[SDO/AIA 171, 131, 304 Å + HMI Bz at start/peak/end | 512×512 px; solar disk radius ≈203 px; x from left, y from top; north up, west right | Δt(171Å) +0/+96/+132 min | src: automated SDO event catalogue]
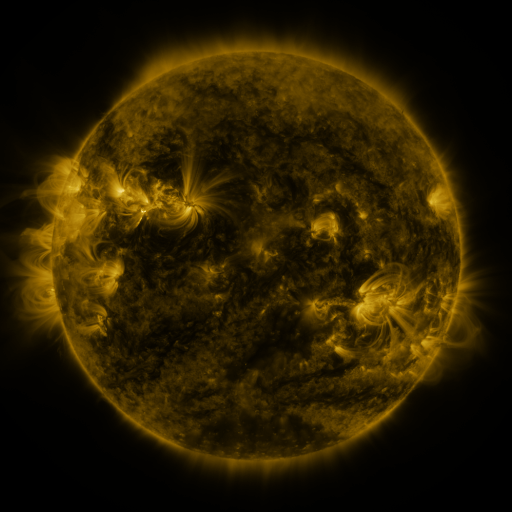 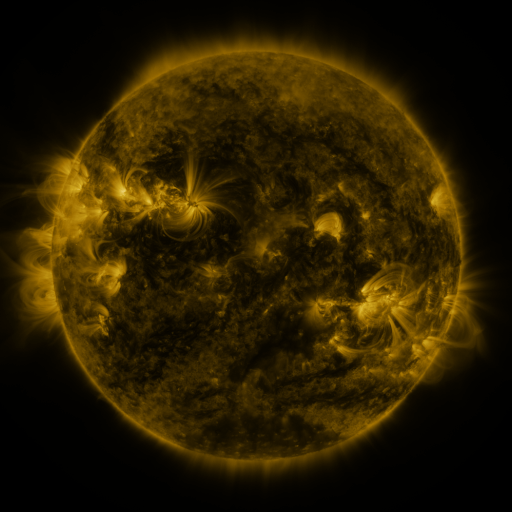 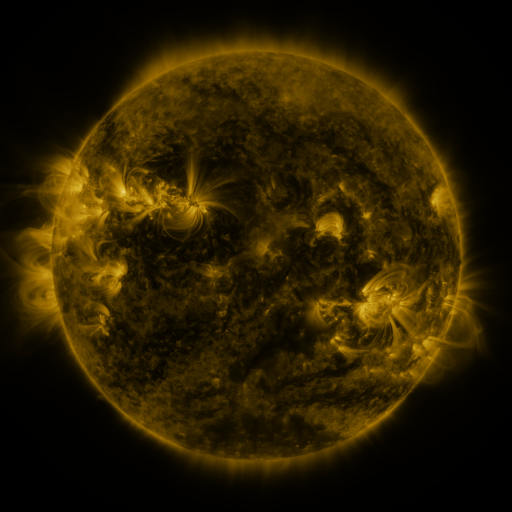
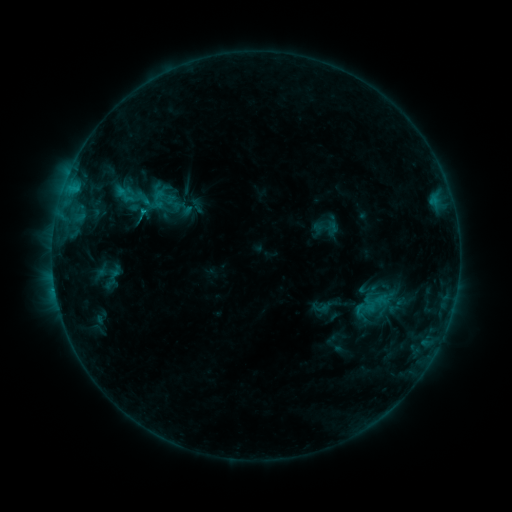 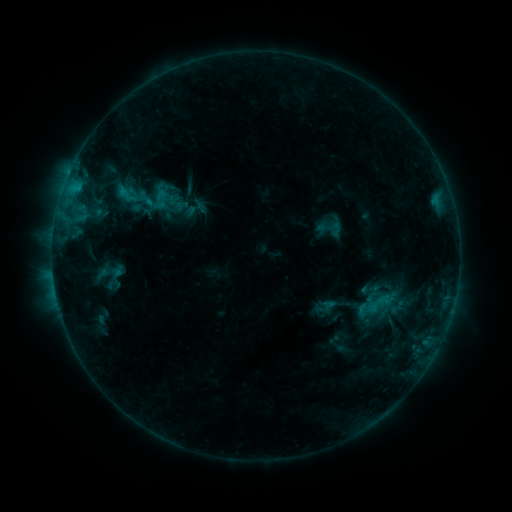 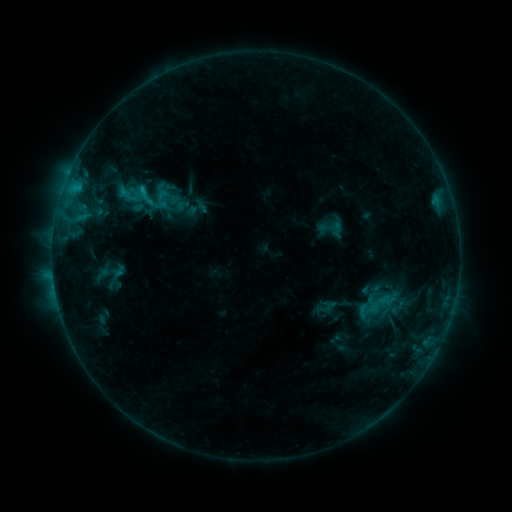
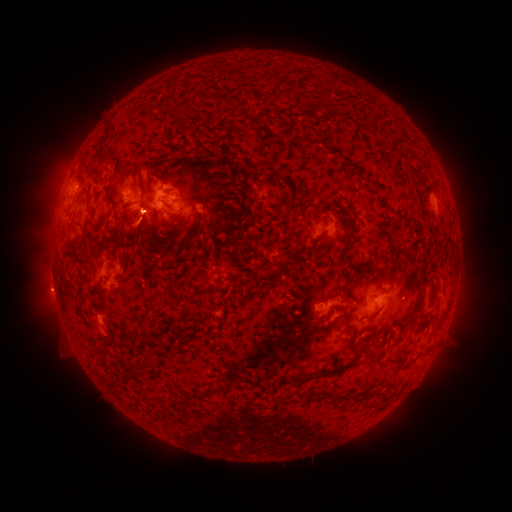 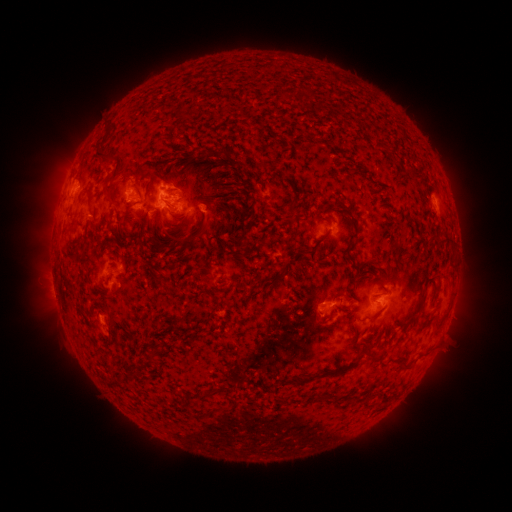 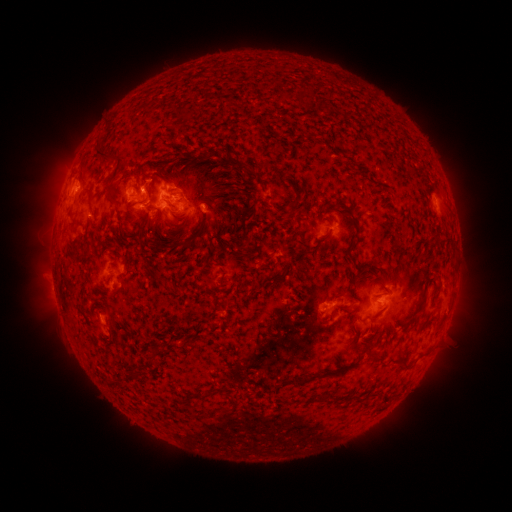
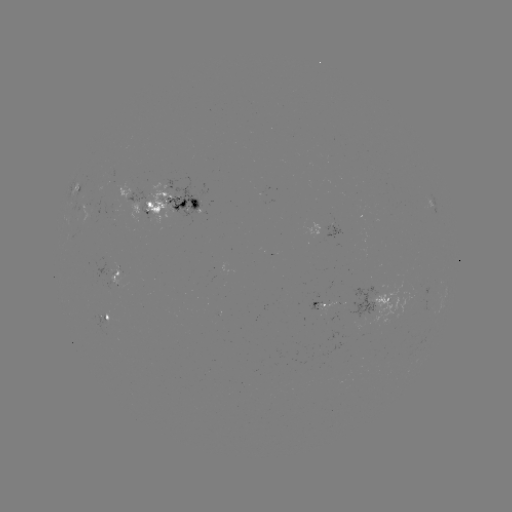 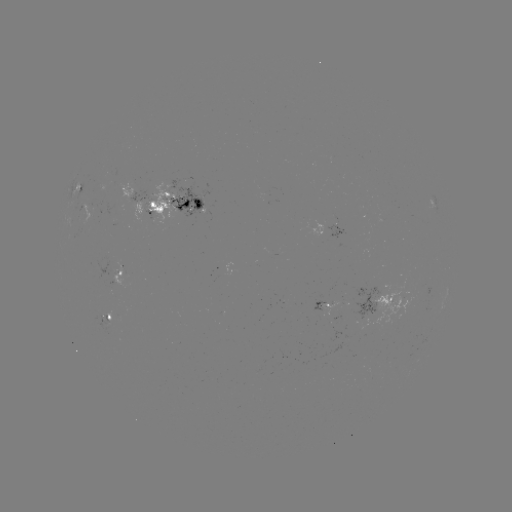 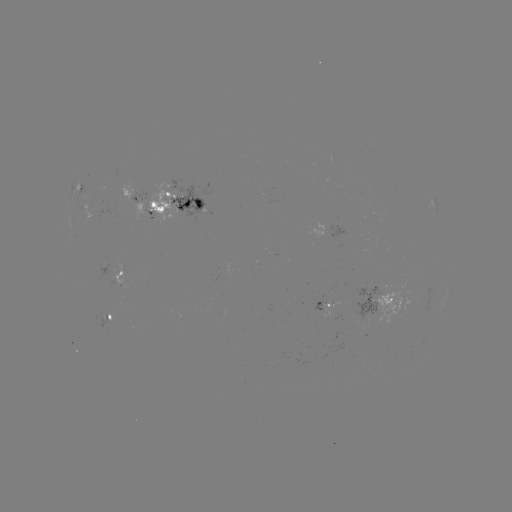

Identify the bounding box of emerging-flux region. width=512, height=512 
[96, 200, 116, 217].